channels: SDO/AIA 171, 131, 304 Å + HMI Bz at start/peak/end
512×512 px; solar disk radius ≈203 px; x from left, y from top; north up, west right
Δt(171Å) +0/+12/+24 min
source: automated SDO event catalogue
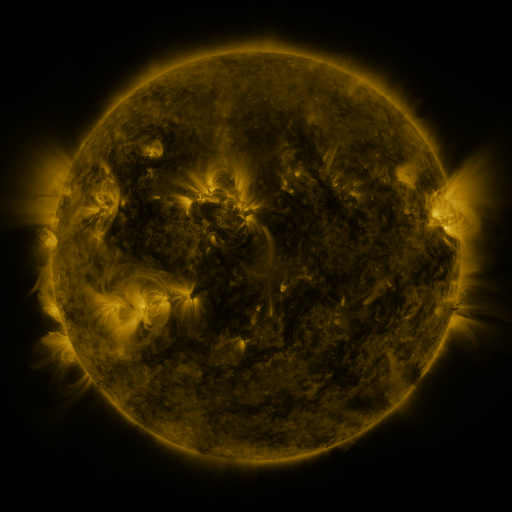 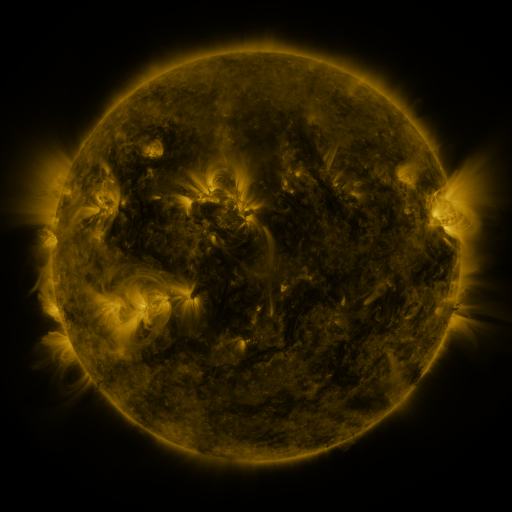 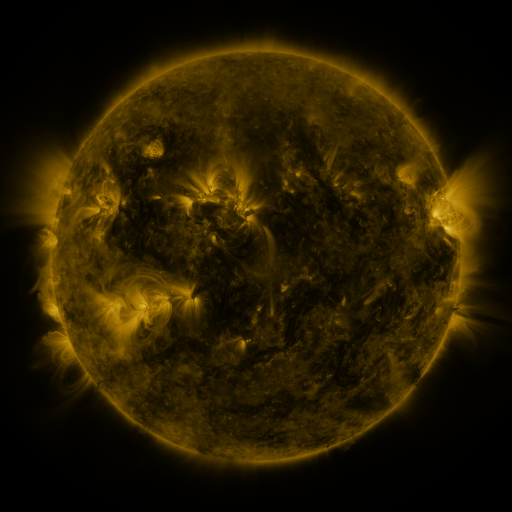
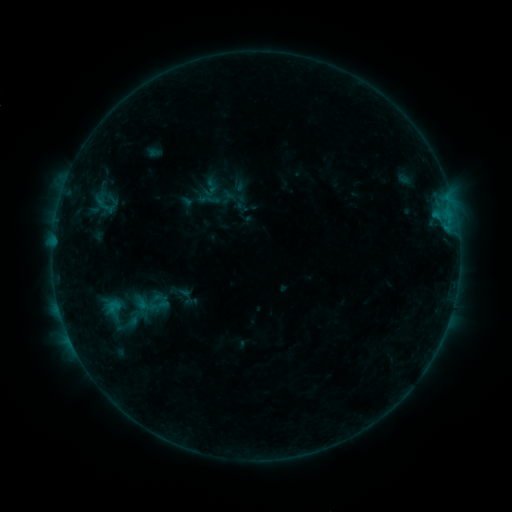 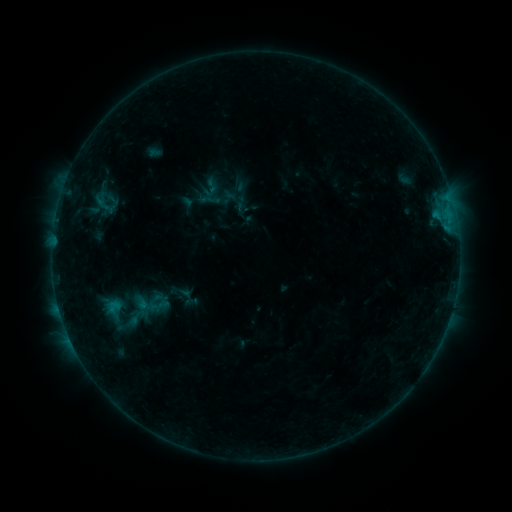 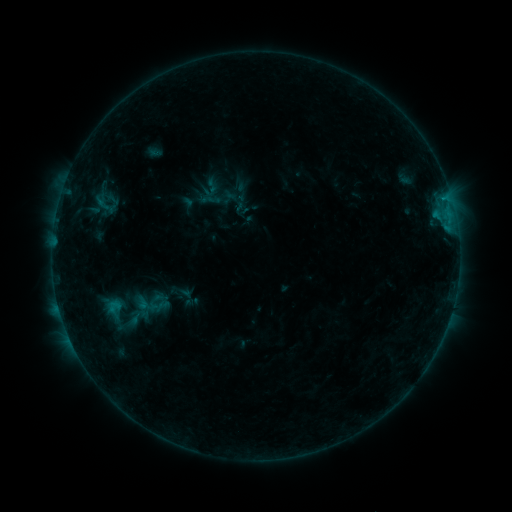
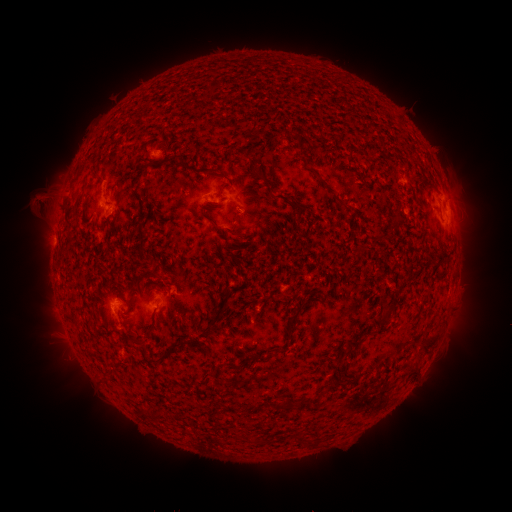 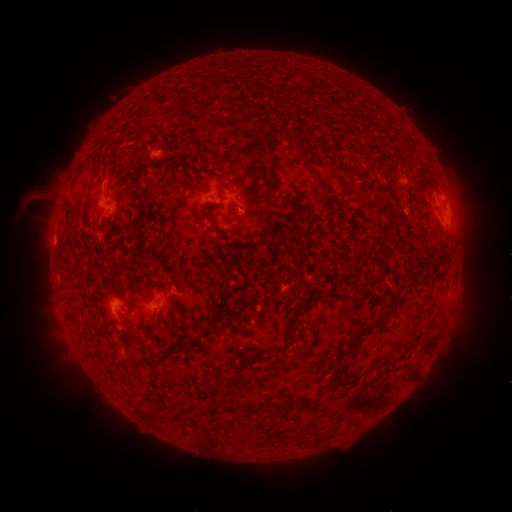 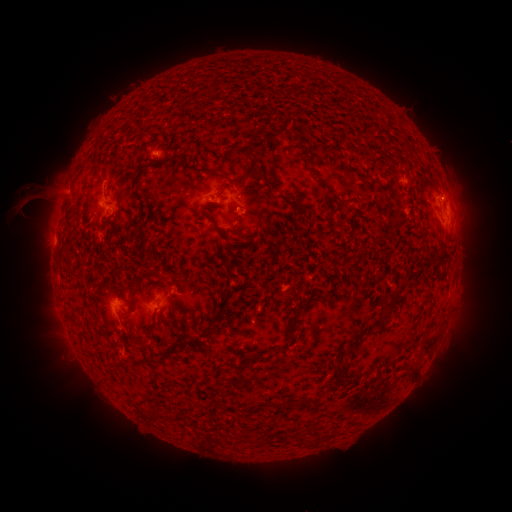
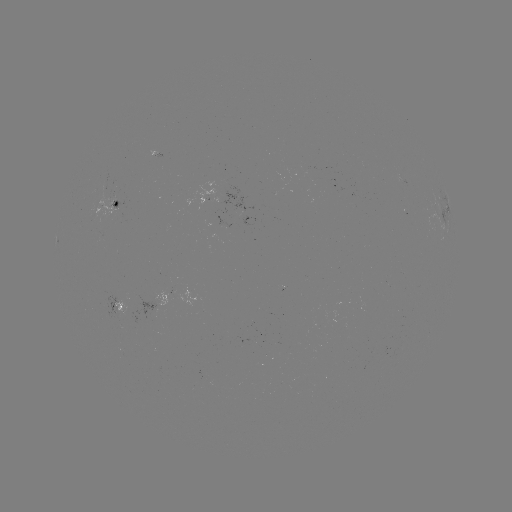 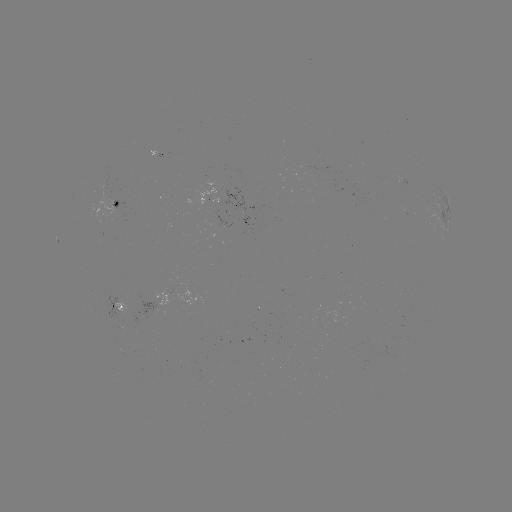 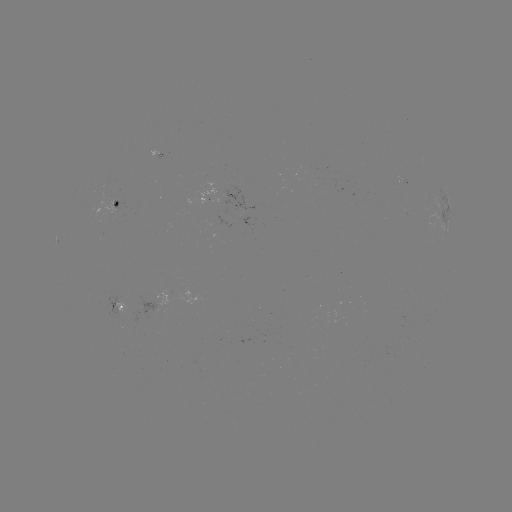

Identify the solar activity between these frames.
eruption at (30, 205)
